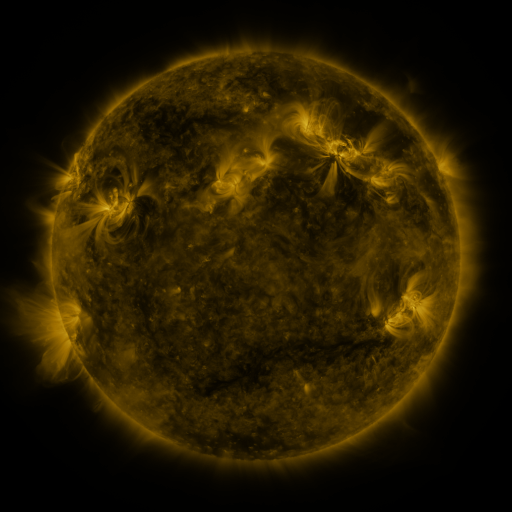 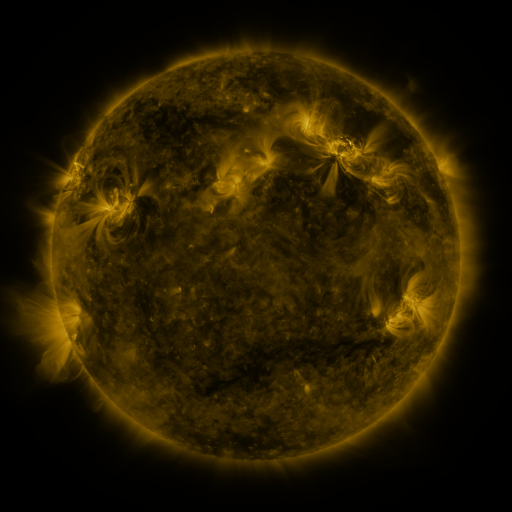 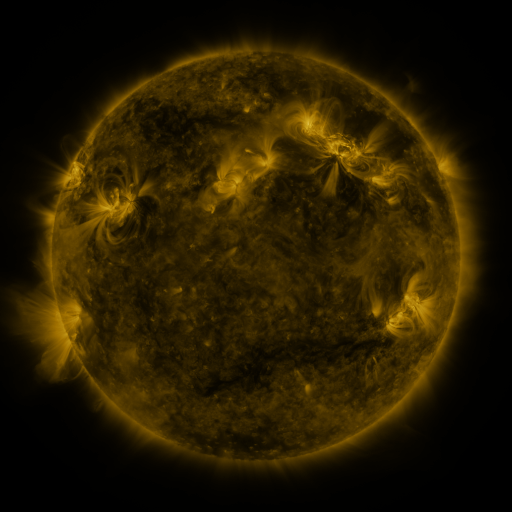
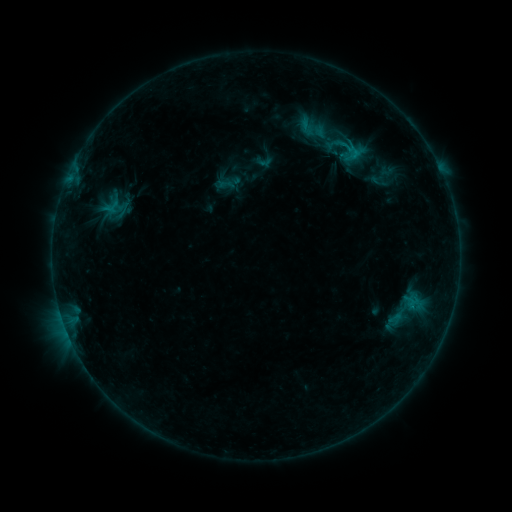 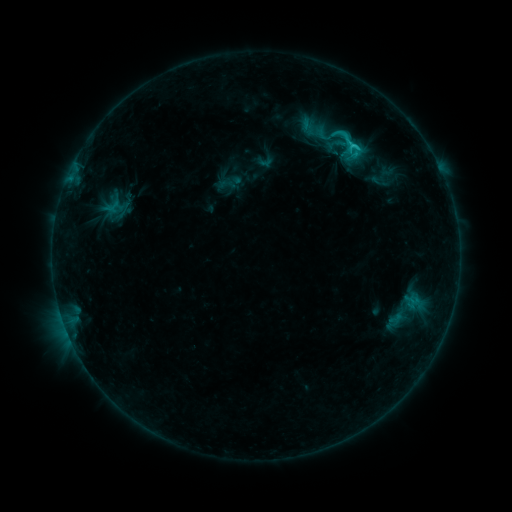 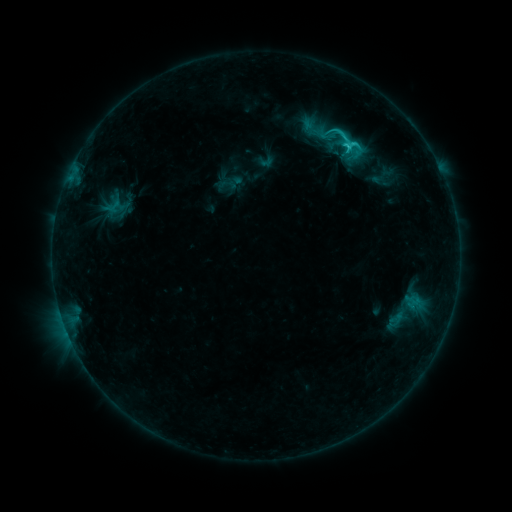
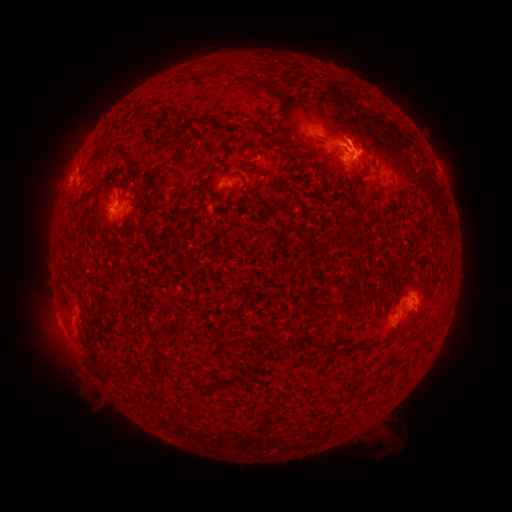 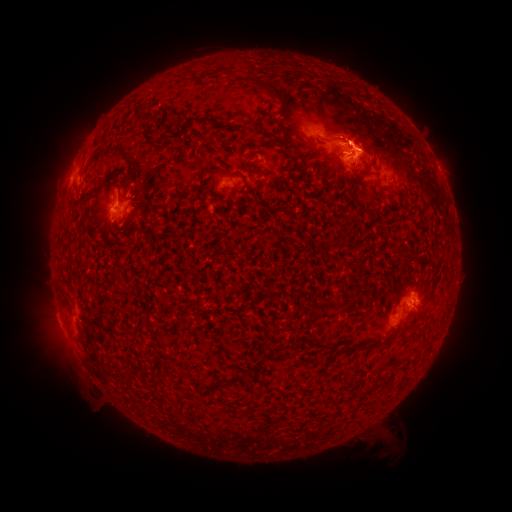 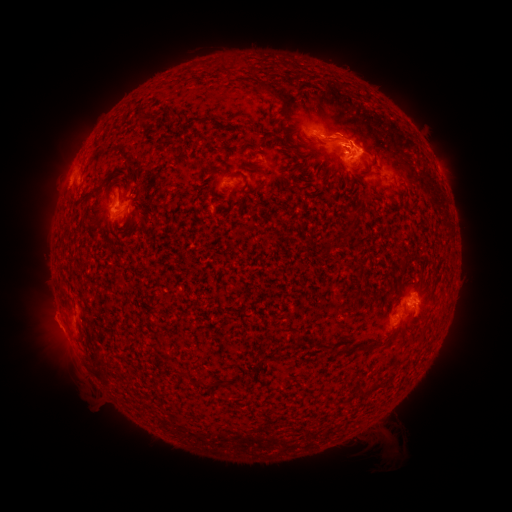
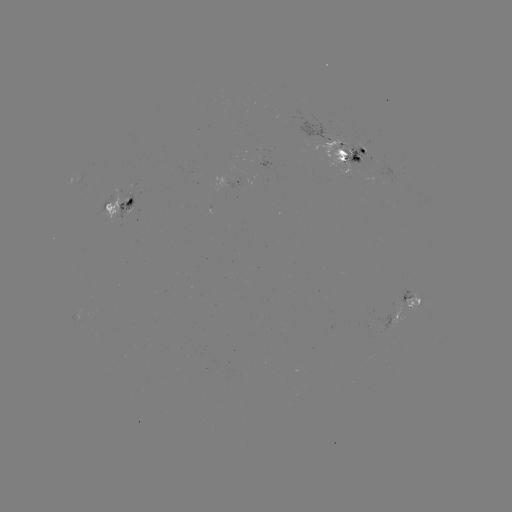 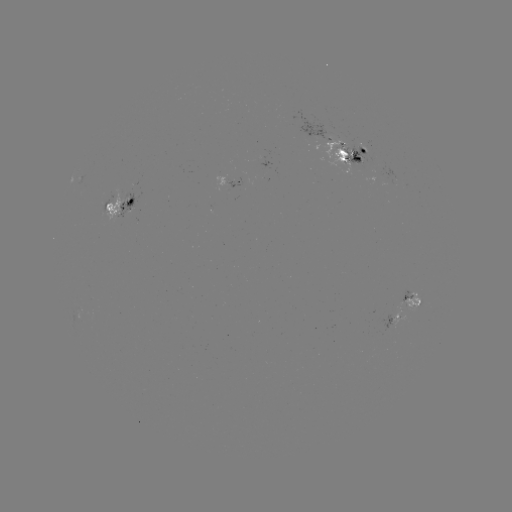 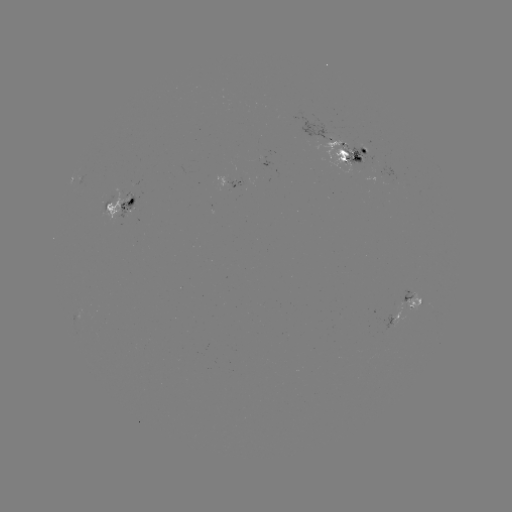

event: emerging-flux region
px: (262, 161)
